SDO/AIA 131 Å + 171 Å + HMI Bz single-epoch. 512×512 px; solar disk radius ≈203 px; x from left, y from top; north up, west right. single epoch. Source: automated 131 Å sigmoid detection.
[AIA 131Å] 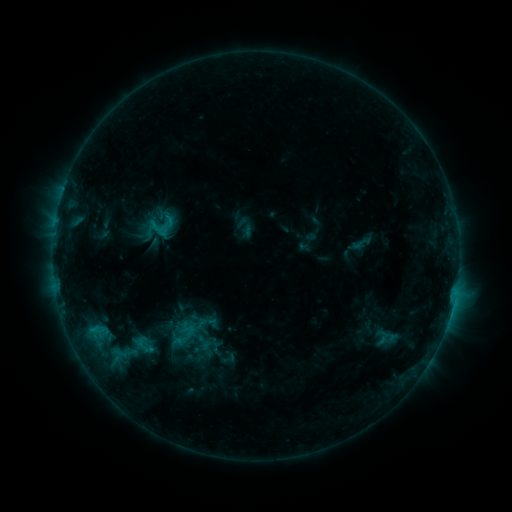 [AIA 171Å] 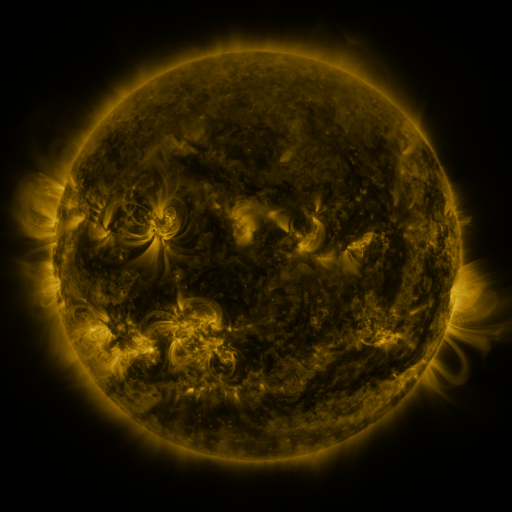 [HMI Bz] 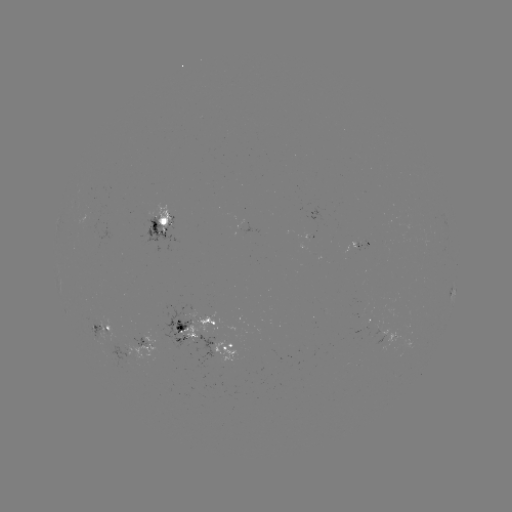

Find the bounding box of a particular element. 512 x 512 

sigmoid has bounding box [136, 199, 183, 252].